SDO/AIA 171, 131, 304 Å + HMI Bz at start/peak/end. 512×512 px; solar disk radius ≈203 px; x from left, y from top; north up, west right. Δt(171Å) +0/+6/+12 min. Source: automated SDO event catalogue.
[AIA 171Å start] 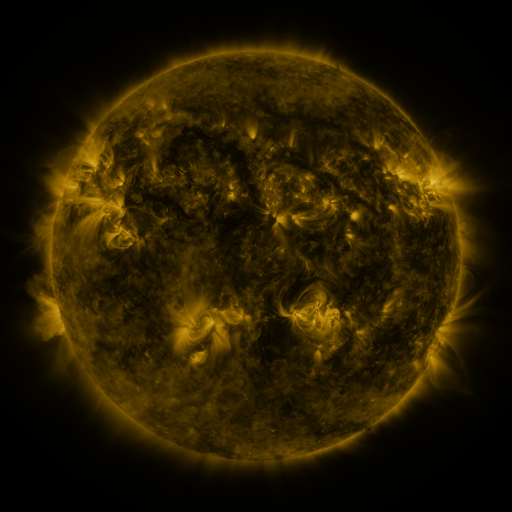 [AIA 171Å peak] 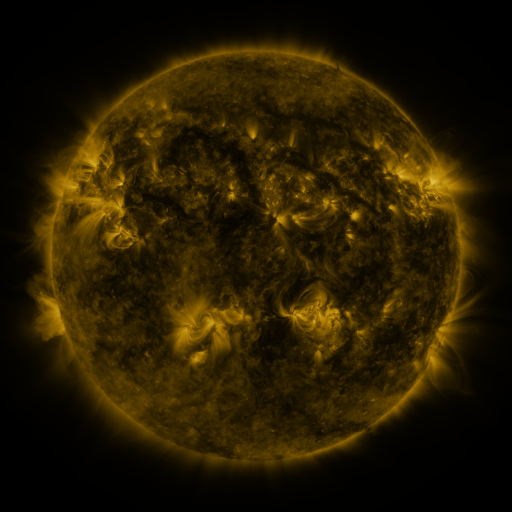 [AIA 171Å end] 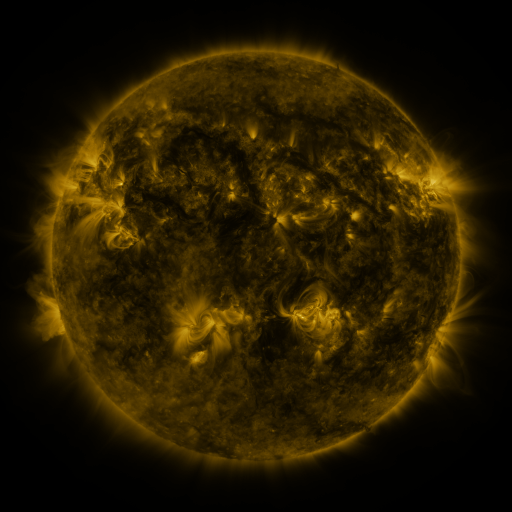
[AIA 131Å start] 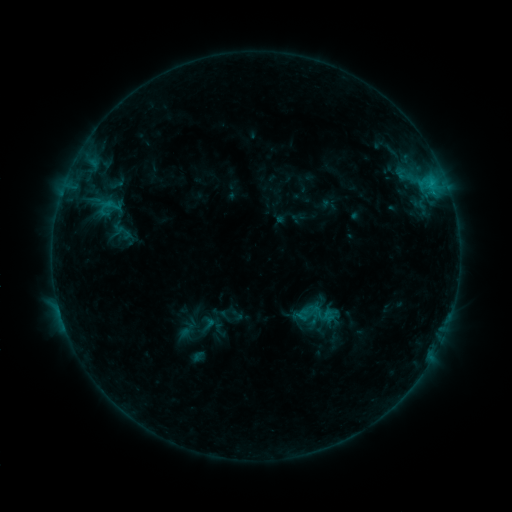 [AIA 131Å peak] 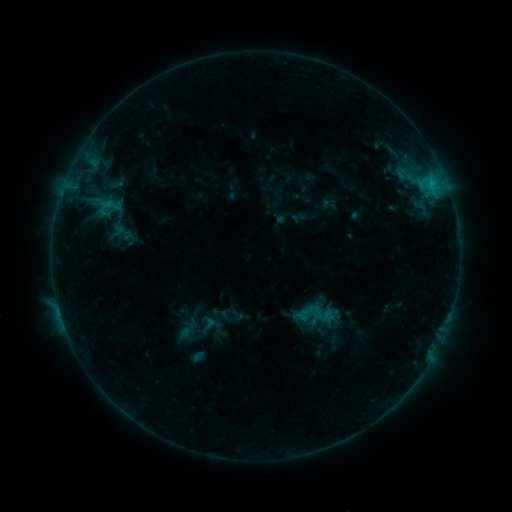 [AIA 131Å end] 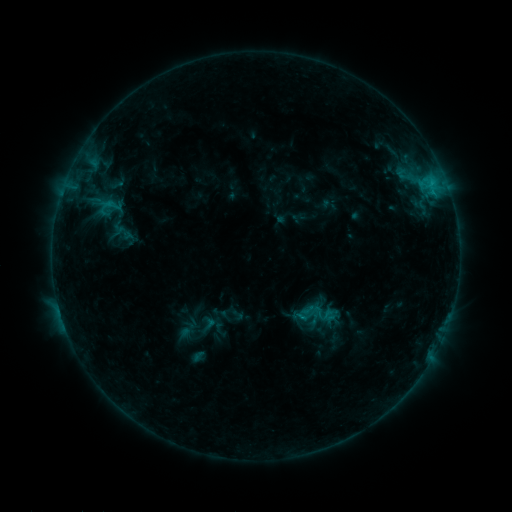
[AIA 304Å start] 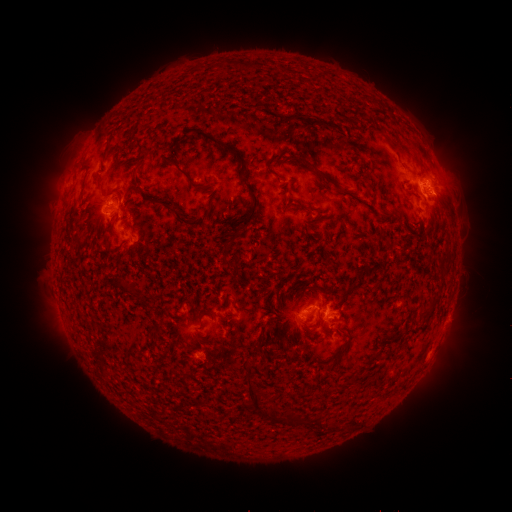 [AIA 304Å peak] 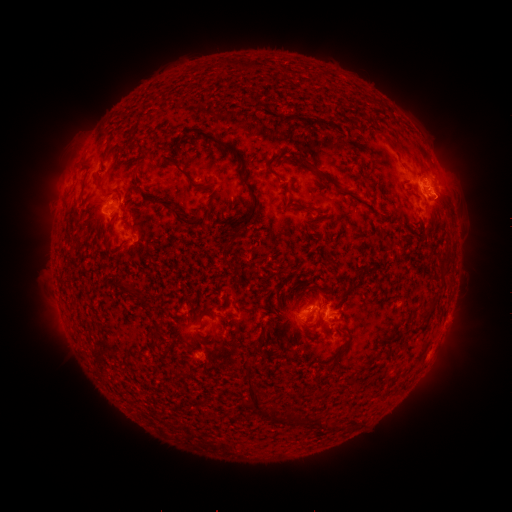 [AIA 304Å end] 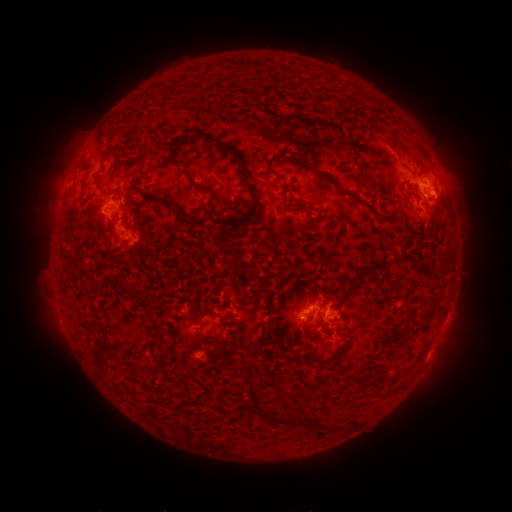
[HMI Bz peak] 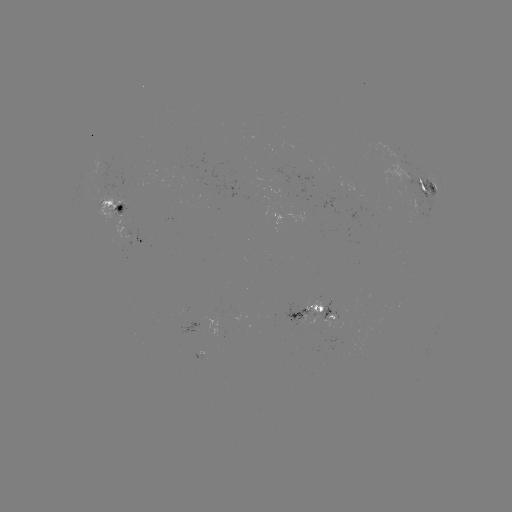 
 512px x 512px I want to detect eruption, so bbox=[423, 179, 475, 228].